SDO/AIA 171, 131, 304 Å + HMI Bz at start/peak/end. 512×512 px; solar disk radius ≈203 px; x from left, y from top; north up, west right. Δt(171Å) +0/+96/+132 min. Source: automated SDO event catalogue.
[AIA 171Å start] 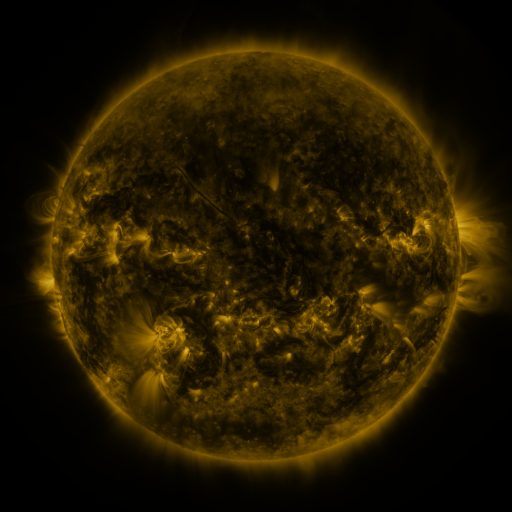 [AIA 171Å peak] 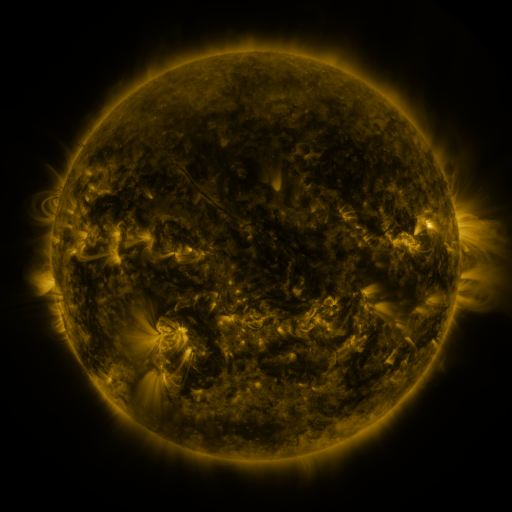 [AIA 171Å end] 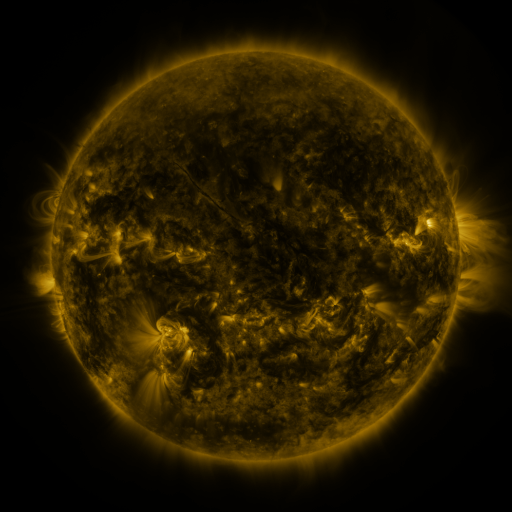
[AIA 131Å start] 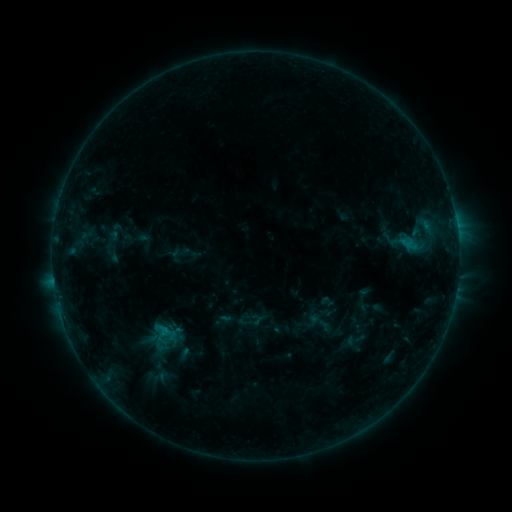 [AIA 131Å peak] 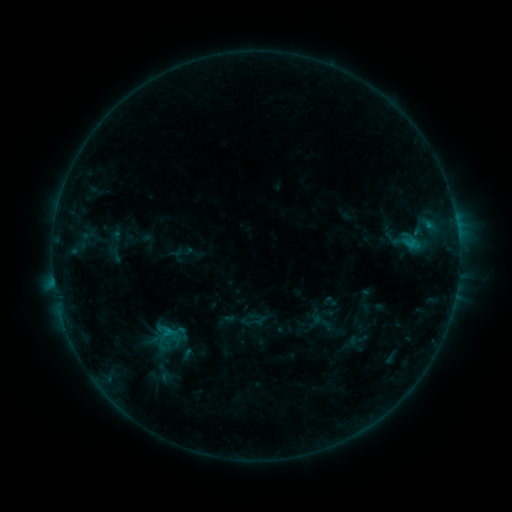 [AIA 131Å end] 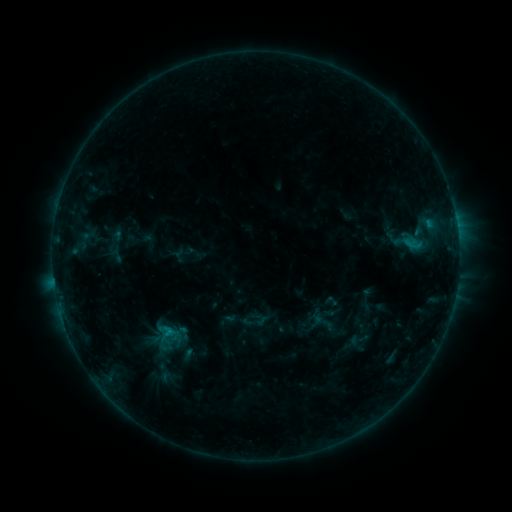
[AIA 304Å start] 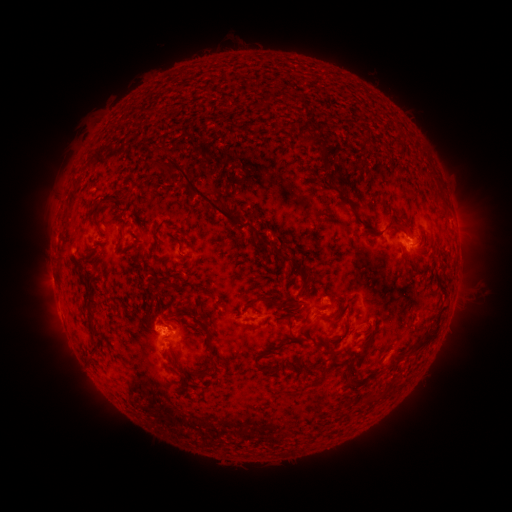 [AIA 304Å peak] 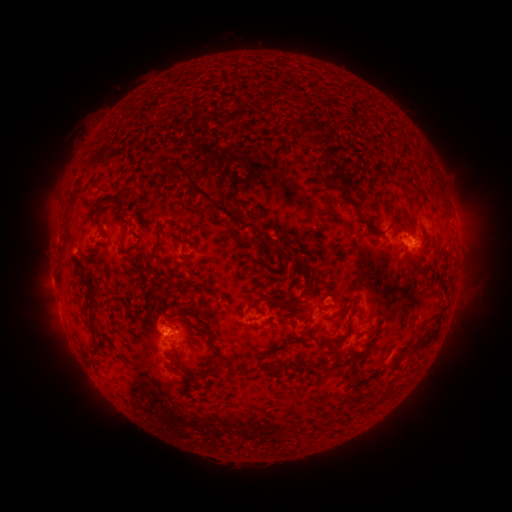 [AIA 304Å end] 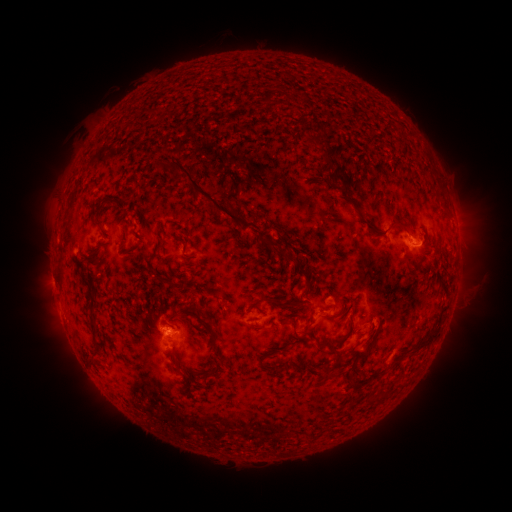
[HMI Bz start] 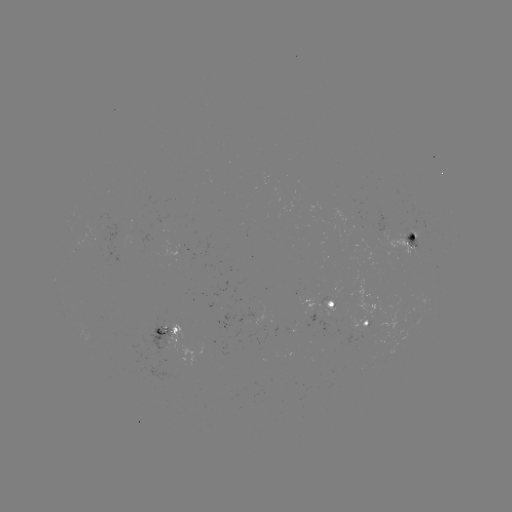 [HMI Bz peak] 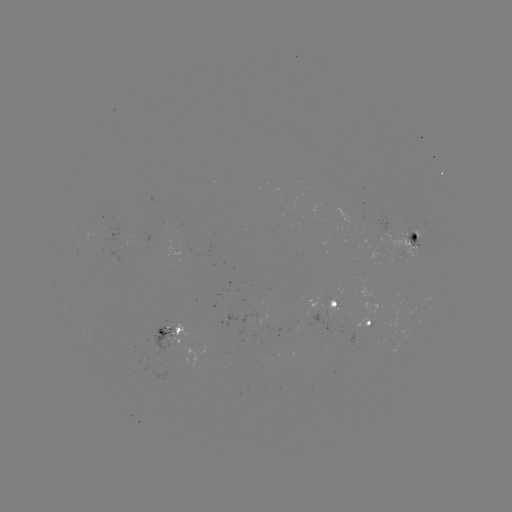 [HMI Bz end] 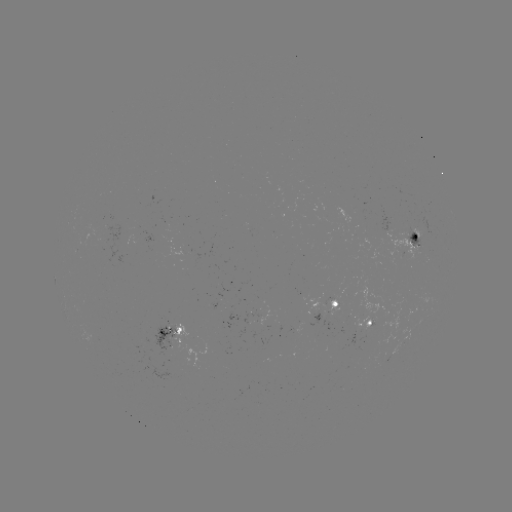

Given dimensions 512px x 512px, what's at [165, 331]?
emerging-flux region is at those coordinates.